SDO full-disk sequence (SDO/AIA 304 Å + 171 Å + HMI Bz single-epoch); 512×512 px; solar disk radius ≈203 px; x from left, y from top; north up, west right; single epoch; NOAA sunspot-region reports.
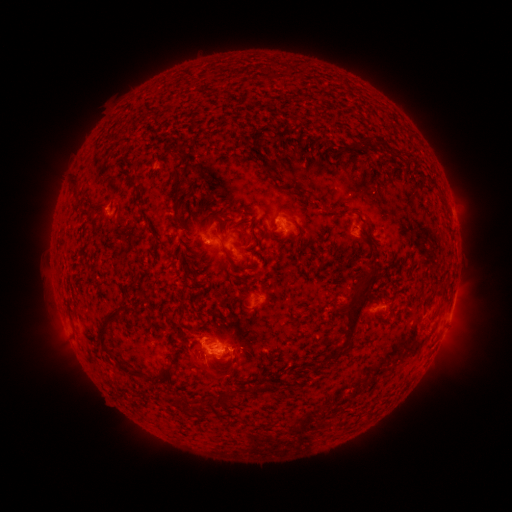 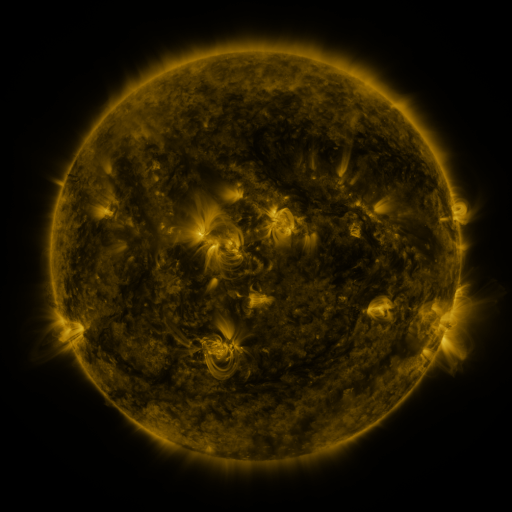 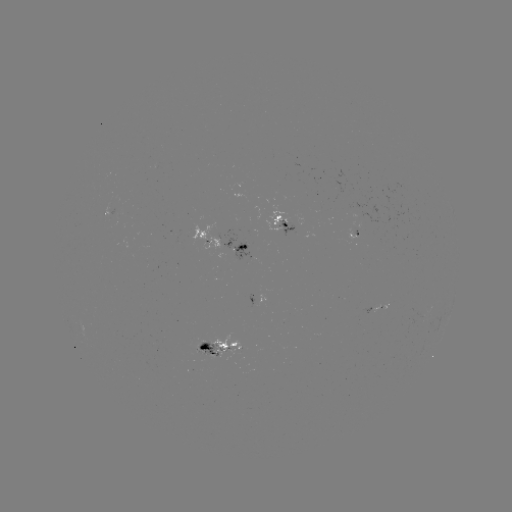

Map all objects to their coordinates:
spotted active region: (110, 216)
spotted active region: (286, 220)
spotted active region: (355, 234)
spotted active region: (224, 244)
spotted active region: (259, 301)
spotted active region: (377, 303)
spotted active region: (452, 309)
spotted active region: (222, 348)
